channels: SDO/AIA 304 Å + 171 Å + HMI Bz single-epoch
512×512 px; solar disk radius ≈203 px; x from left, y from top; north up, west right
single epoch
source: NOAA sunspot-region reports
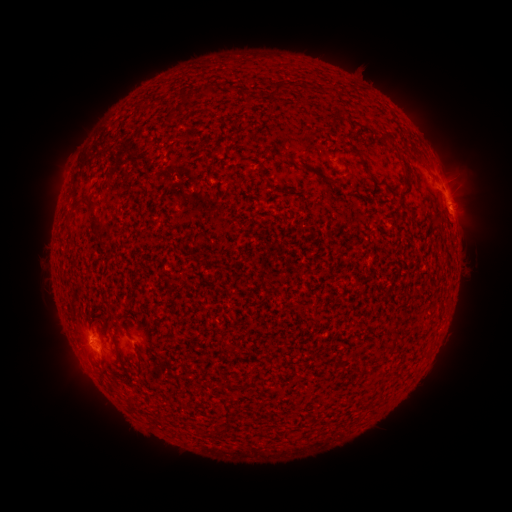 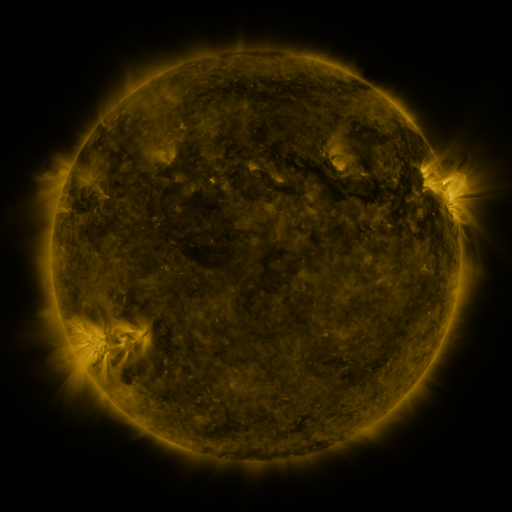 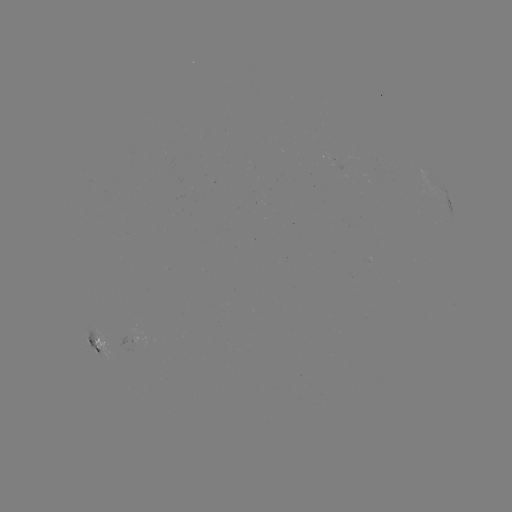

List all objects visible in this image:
spotted active region: (447, 203)
spotted active region: (98, 346)
